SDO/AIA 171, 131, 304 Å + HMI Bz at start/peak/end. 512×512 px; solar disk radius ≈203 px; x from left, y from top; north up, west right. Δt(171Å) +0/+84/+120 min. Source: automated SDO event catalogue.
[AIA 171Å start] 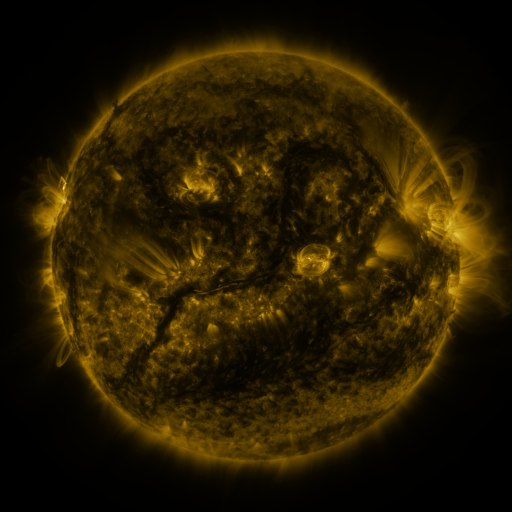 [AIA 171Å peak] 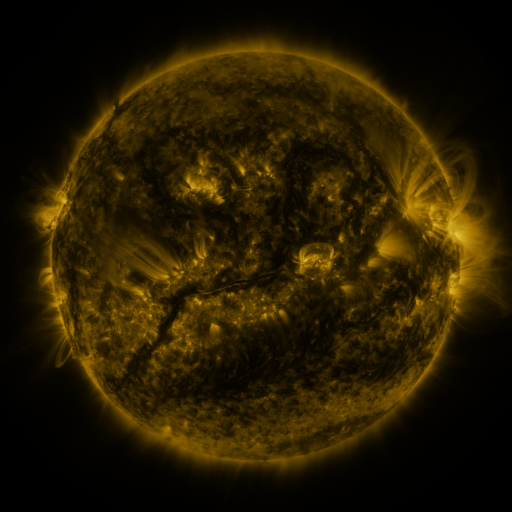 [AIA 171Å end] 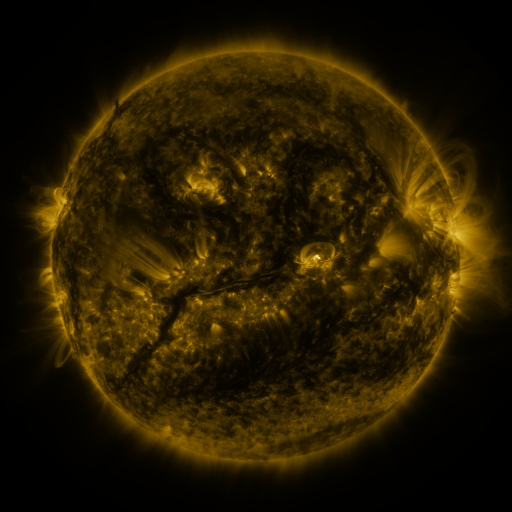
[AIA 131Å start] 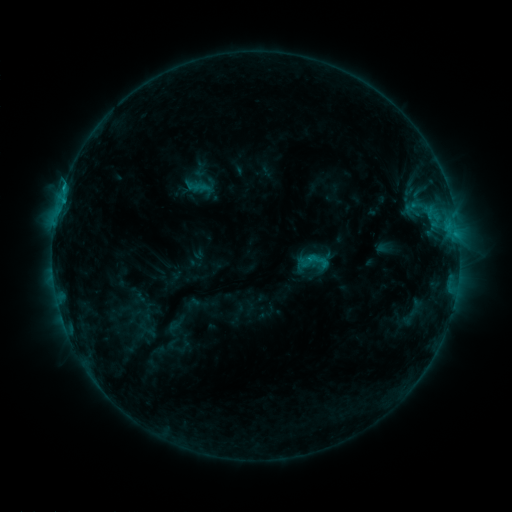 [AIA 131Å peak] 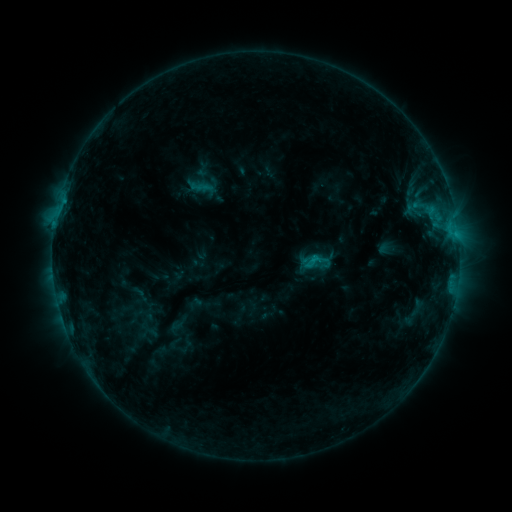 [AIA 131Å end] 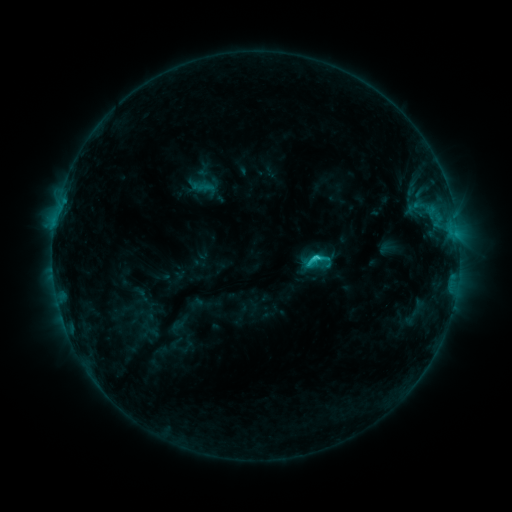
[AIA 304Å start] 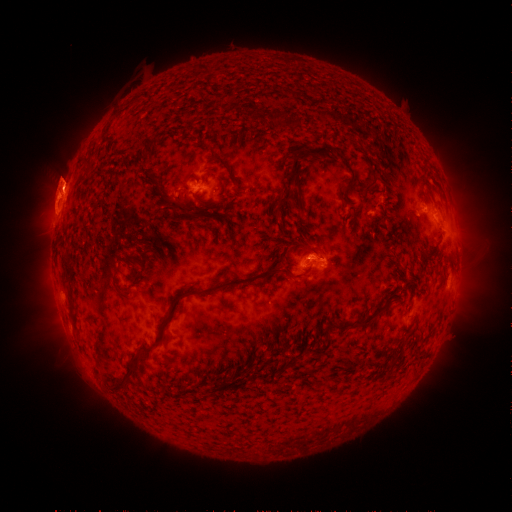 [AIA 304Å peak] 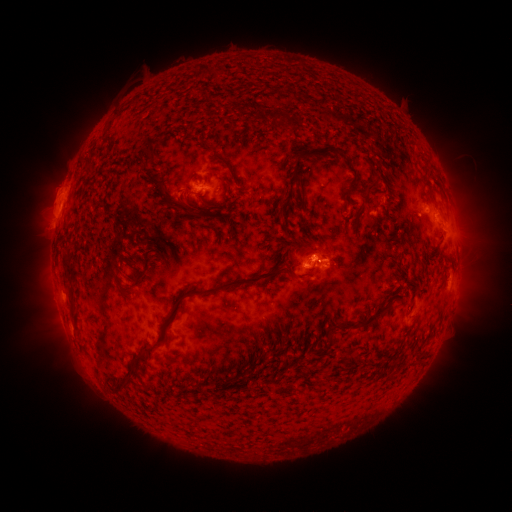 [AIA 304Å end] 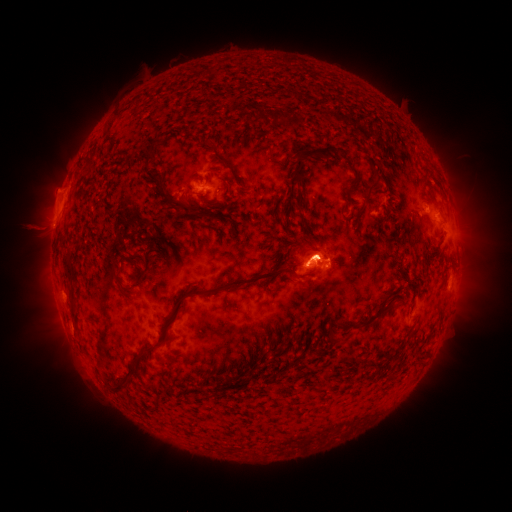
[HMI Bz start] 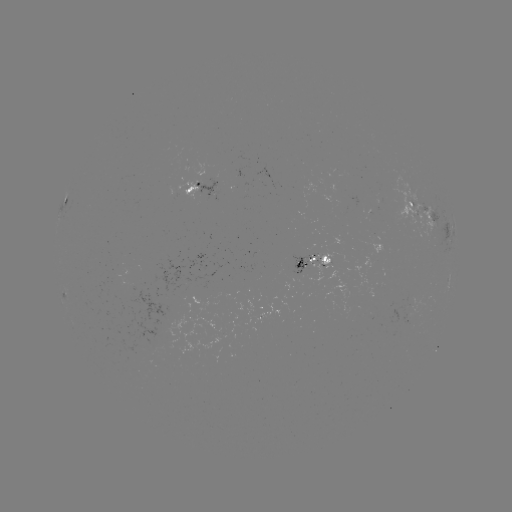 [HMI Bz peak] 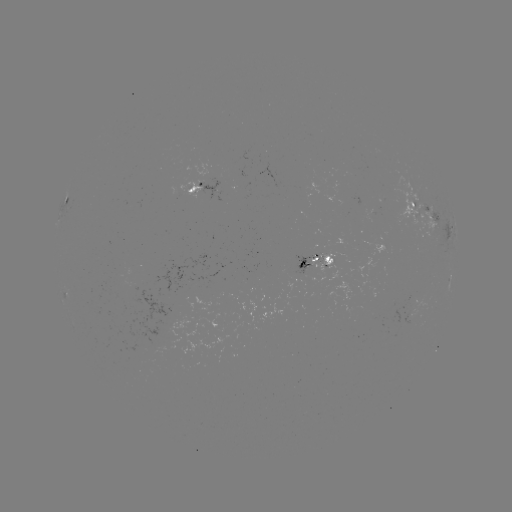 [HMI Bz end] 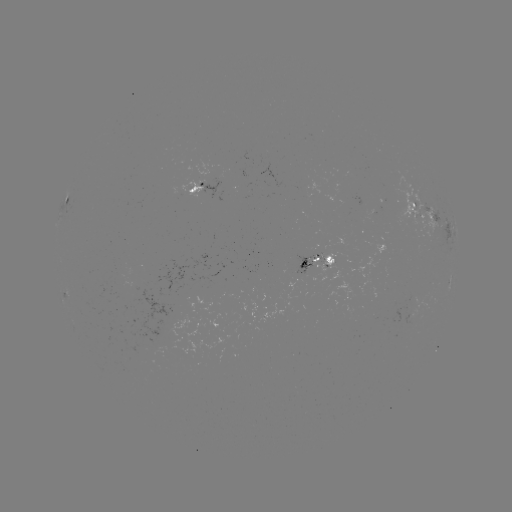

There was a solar emerging-flux region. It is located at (304, 269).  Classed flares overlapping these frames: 3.